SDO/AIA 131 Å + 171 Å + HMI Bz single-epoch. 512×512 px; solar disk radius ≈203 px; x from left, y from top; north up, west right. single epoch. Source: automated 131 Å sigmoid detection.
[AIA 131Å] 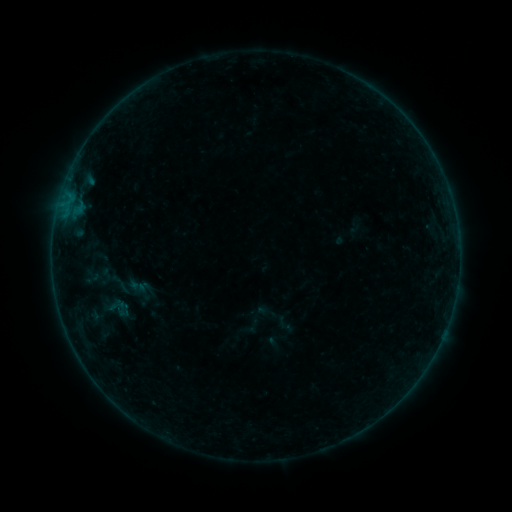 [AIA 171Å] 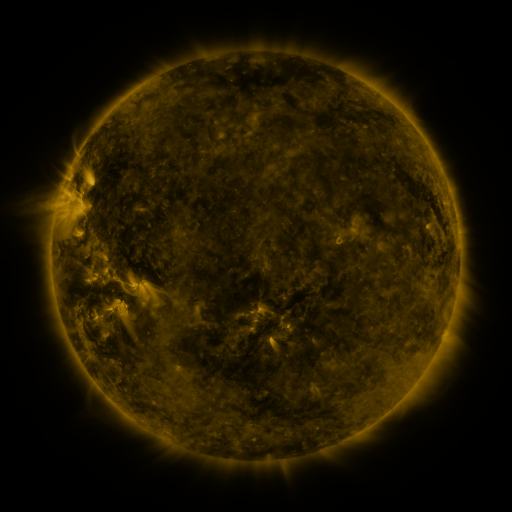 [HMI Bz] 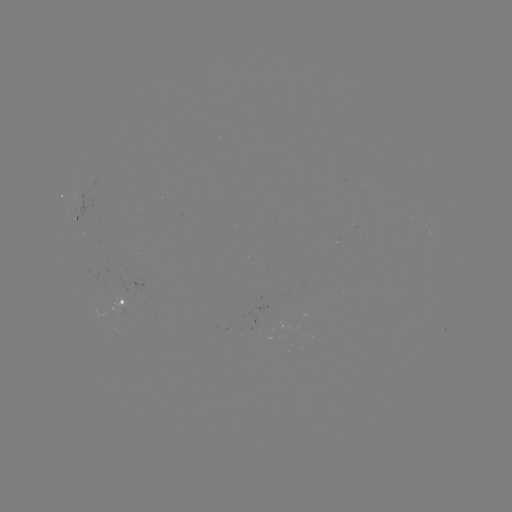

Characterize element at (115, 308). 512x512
sigmoid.